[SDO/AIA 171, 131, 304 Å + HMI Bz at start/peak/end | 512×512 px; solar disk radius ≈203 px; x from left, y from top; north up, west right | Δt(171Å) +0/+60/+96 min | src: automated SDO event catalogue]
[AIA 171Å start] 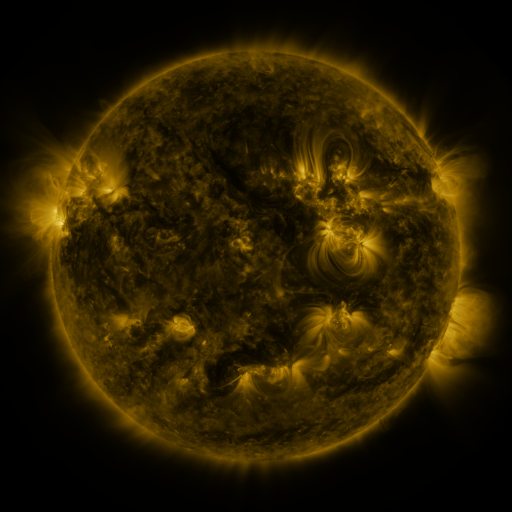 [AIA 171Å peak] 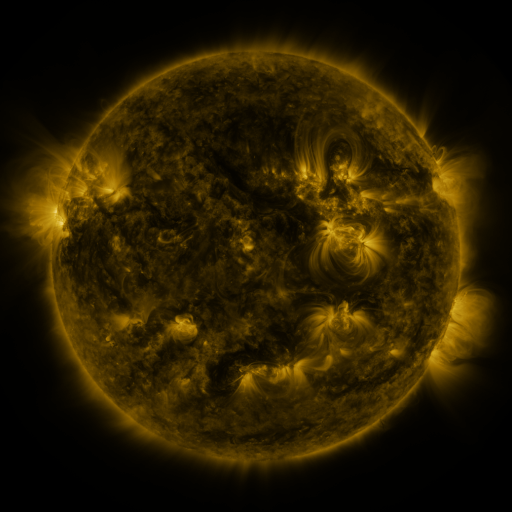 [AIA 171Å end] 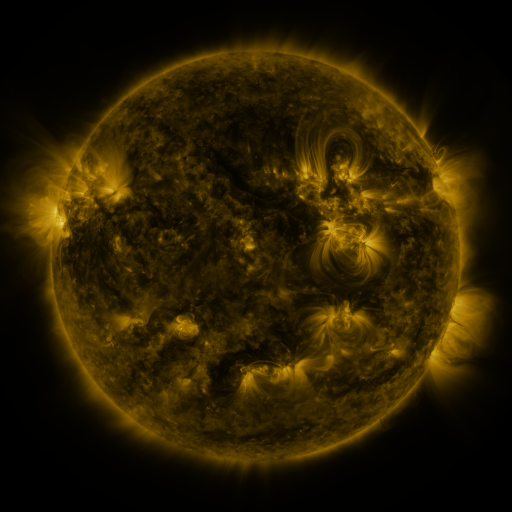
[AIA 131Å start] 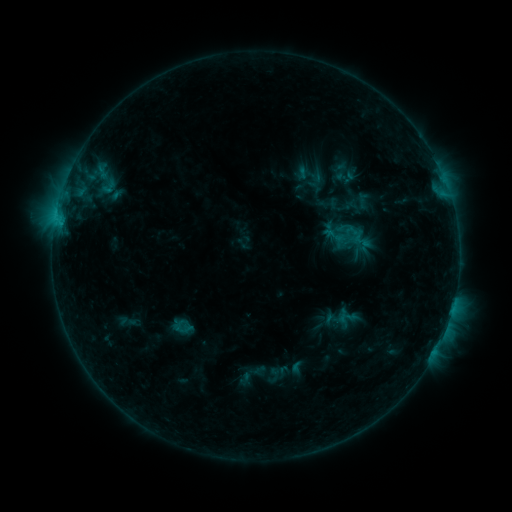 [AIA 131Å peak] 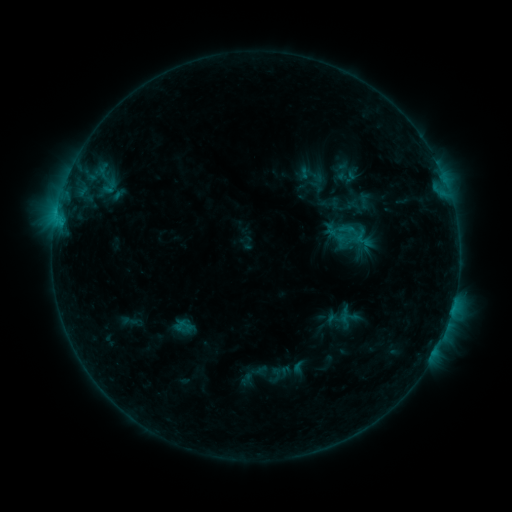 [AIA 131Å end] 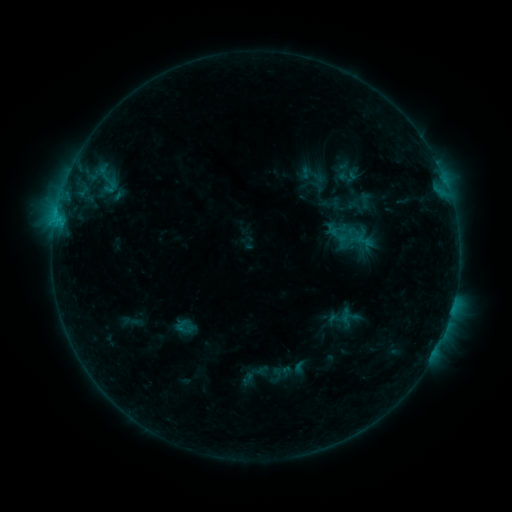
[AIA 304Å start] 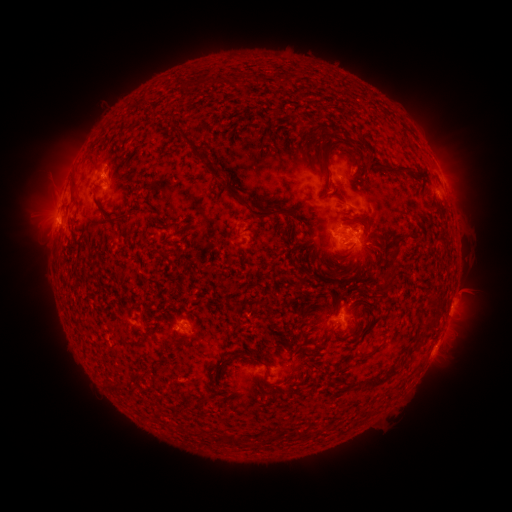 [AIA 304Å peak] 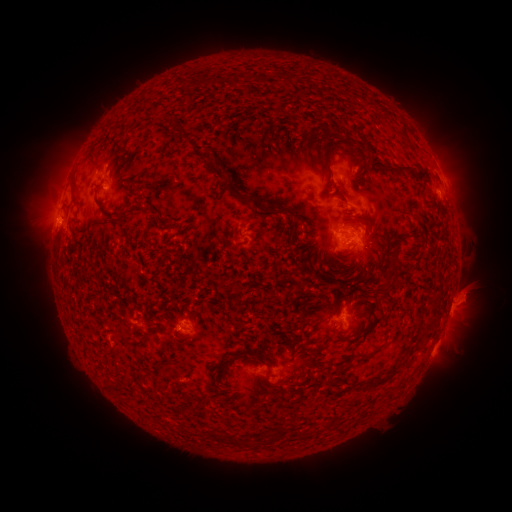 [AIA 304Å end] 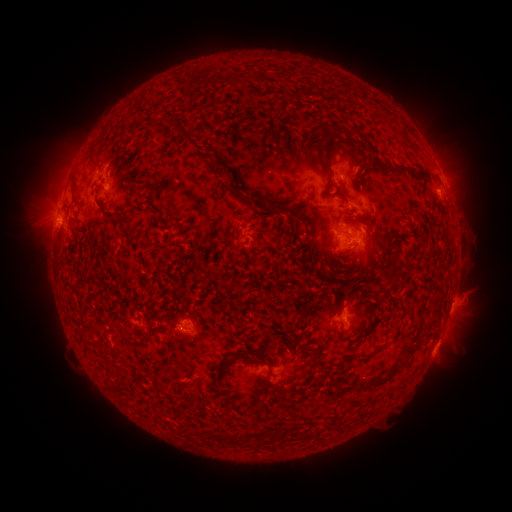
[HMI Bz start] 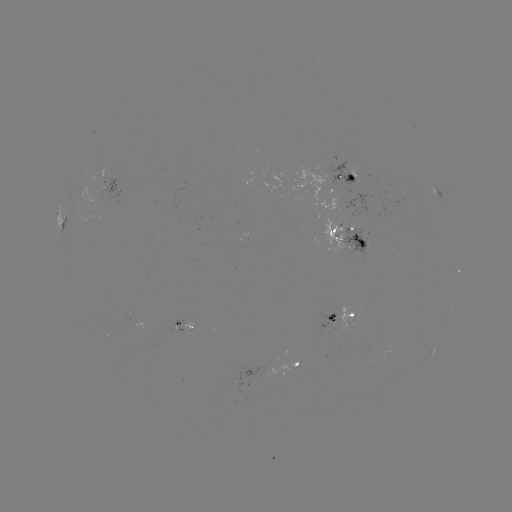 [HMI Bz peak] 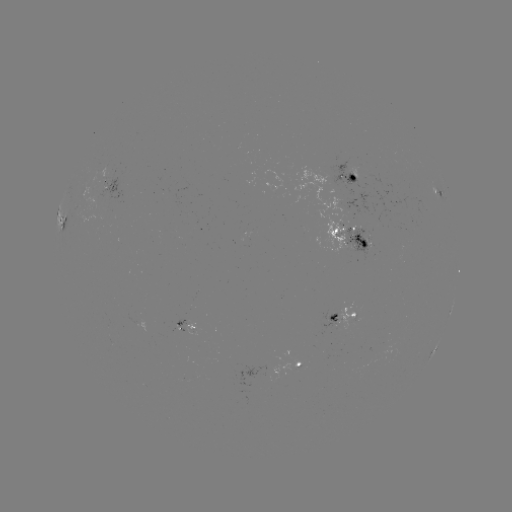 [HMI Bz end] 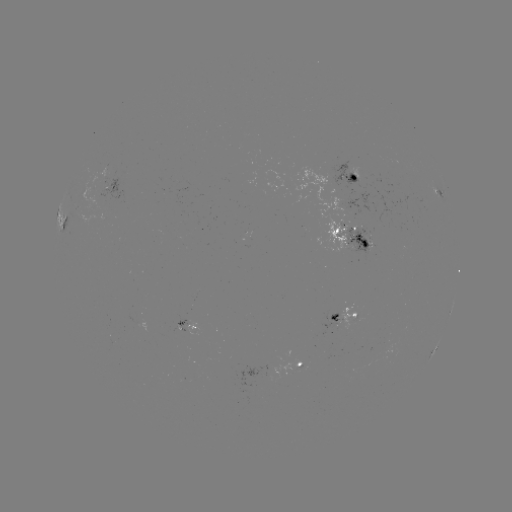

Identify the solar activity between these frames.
emerging-flux region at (347, 187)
